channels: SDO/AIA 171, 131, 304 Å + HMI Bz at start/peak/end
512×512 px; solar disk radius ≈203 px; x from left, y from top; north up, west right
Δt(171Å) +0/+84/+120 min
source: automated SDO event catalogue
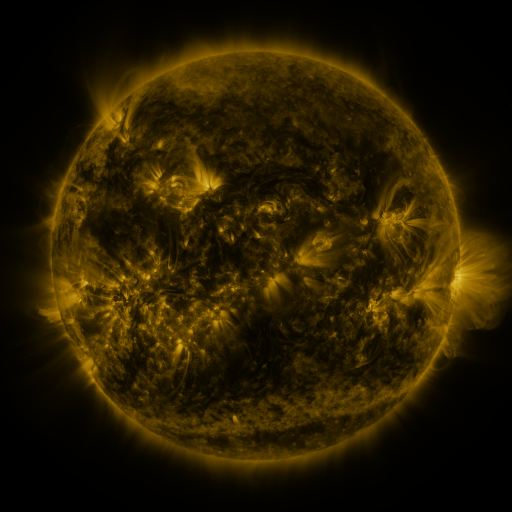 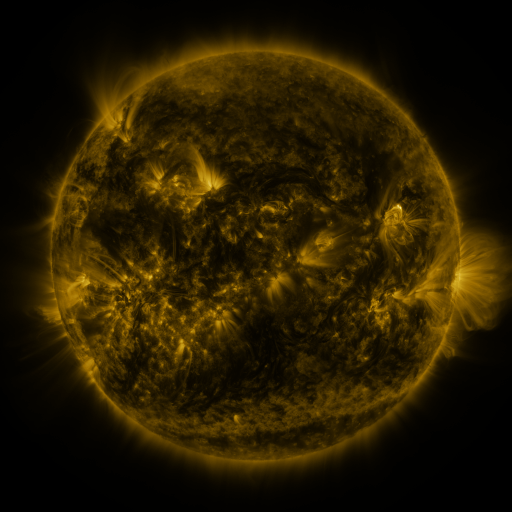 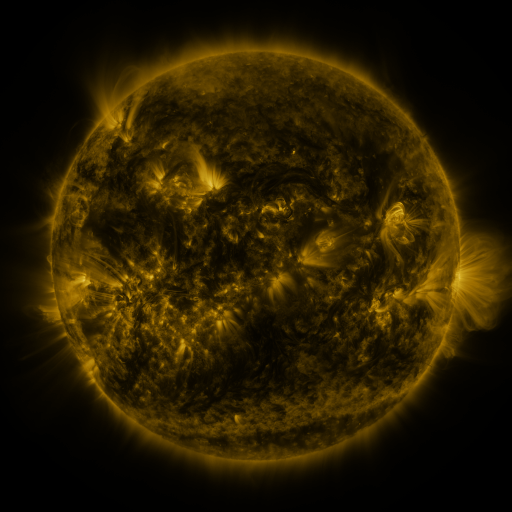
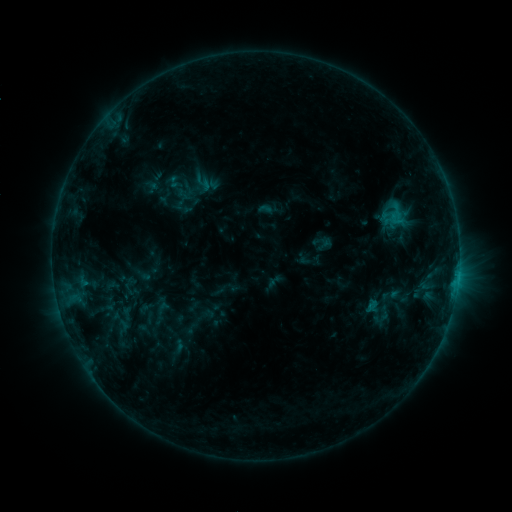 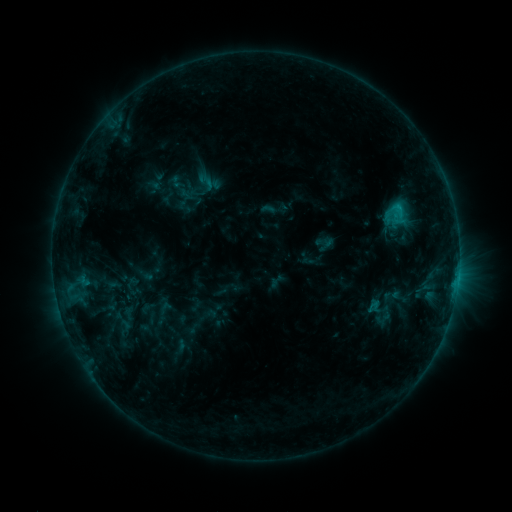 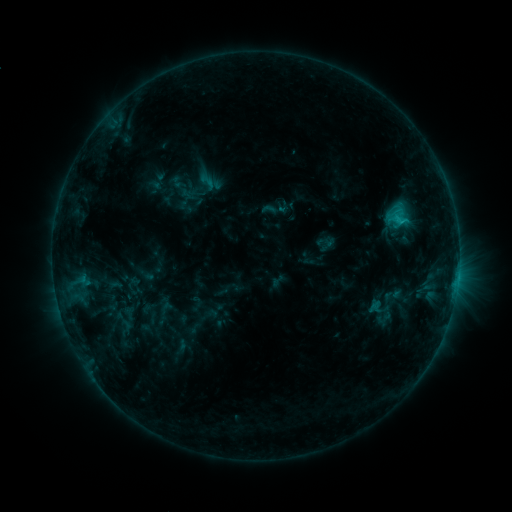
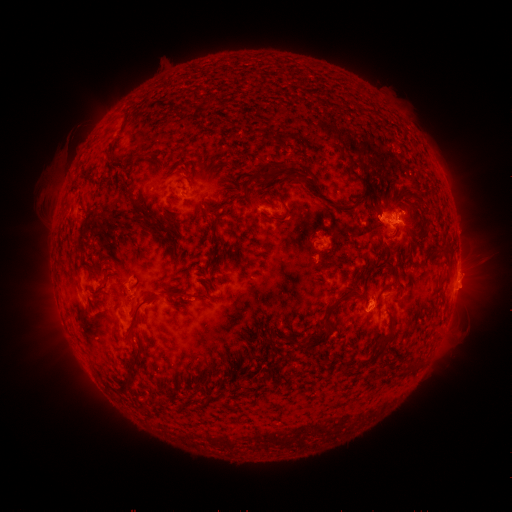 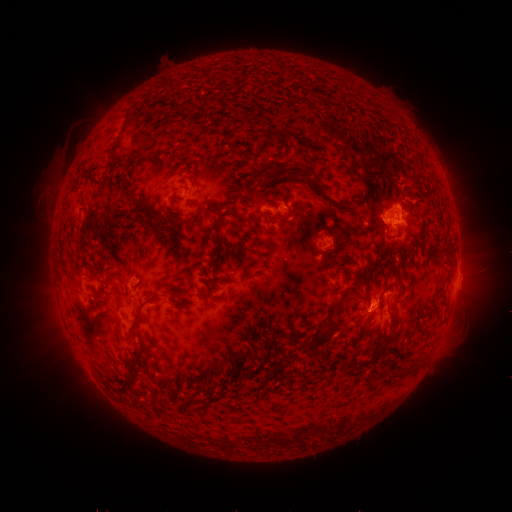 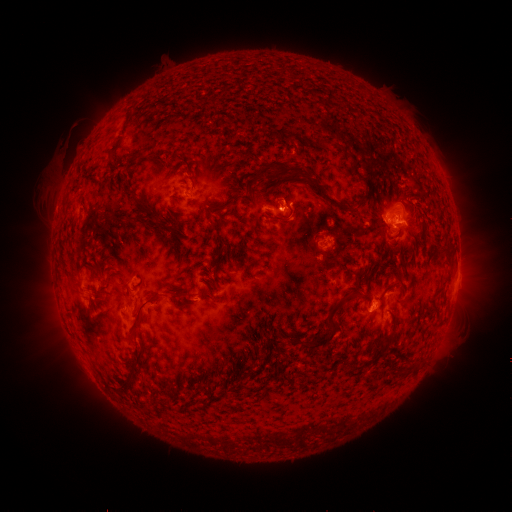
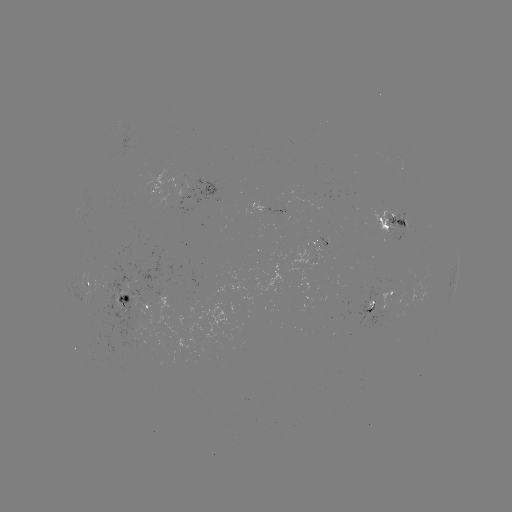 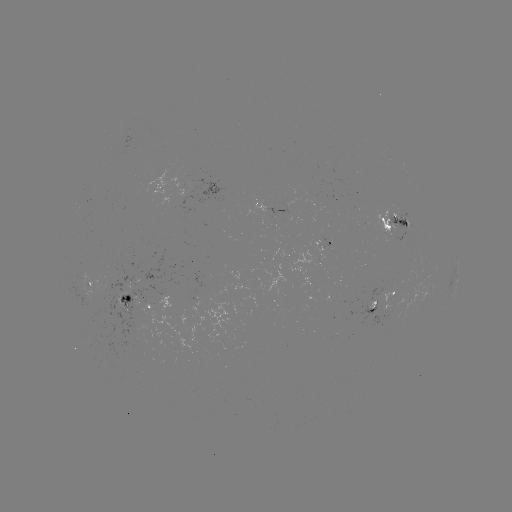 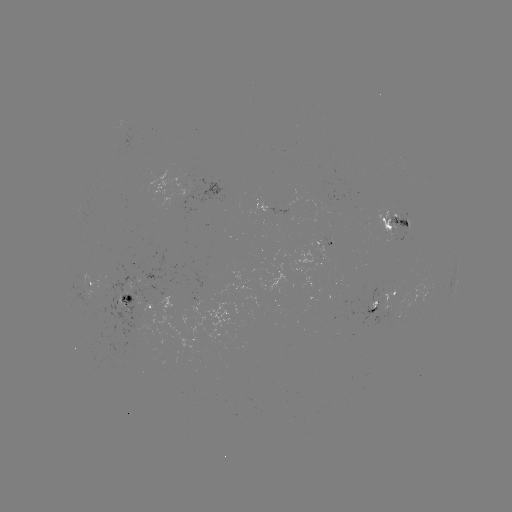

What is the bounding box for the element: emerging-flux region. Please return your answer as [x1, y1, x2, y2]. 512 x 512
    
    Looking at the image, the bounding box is [271, 208, 293, 227].